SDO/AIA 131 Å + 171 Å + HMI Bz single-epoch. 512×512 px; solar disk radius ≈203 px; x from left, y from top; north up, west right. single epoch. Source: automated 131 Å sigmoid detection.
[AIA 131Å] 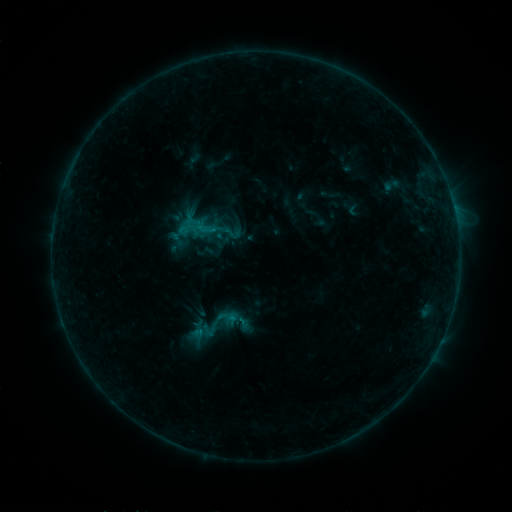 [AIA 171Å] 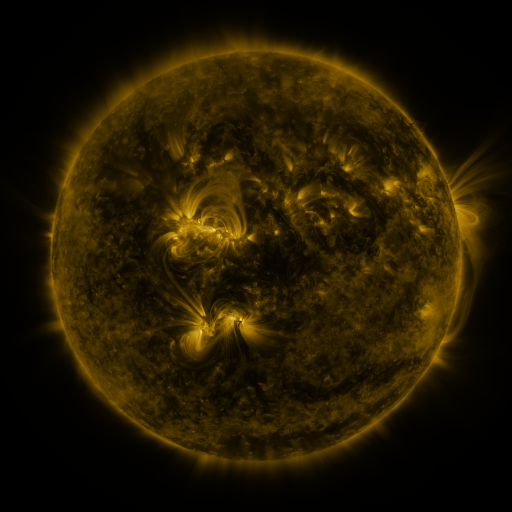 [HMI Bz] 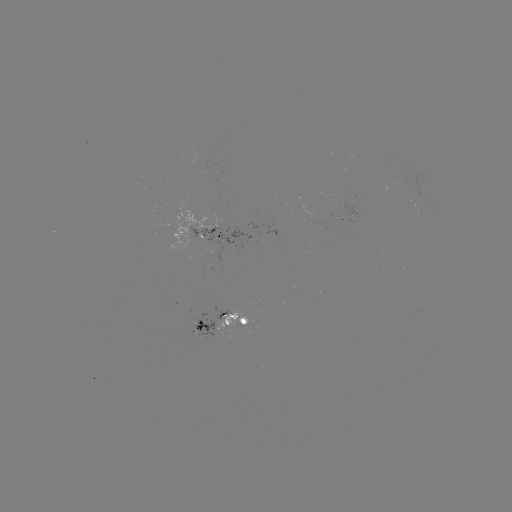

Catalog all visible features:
sigmoid: (219, 323)
